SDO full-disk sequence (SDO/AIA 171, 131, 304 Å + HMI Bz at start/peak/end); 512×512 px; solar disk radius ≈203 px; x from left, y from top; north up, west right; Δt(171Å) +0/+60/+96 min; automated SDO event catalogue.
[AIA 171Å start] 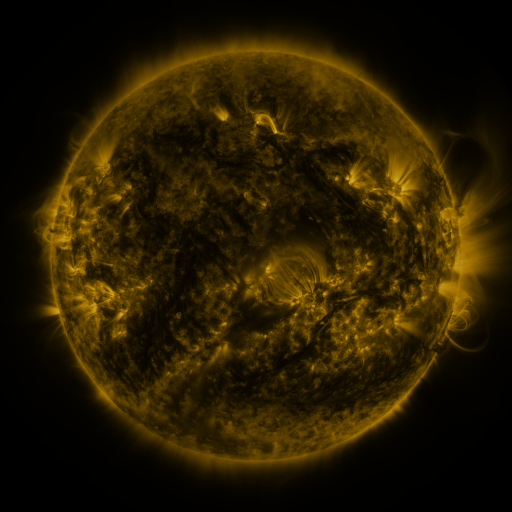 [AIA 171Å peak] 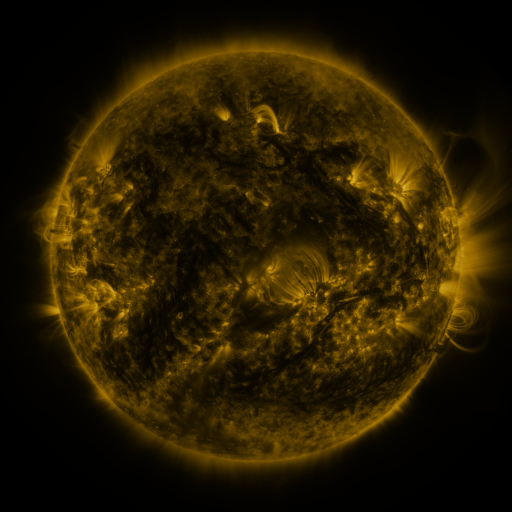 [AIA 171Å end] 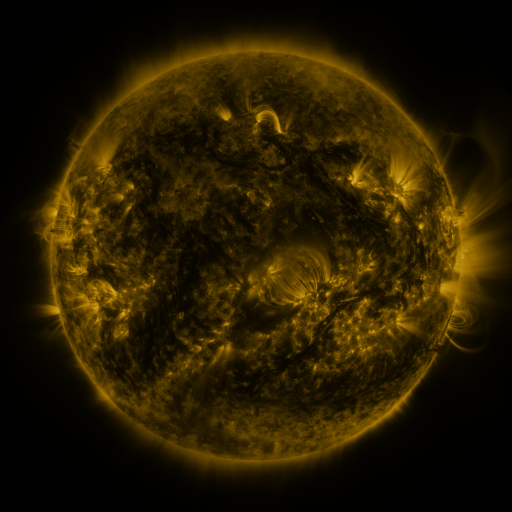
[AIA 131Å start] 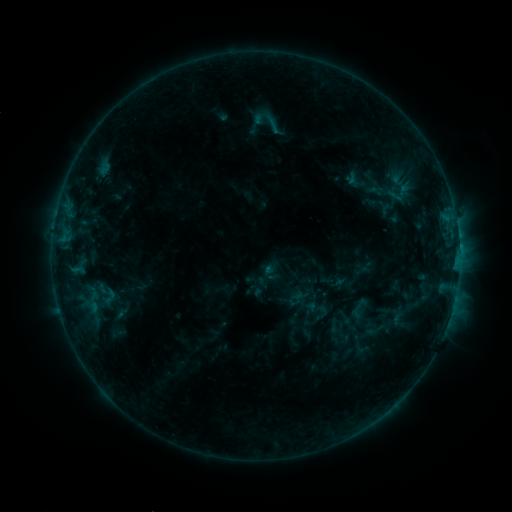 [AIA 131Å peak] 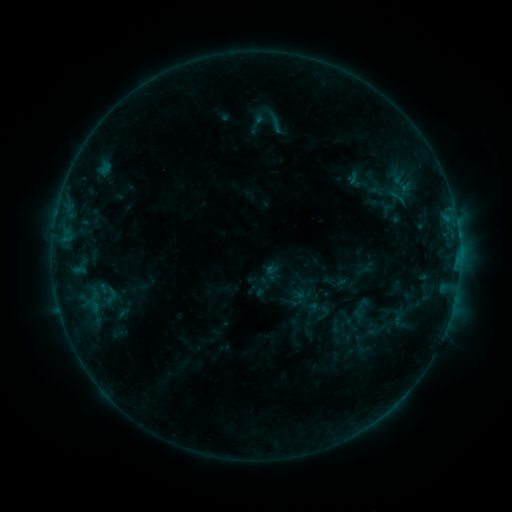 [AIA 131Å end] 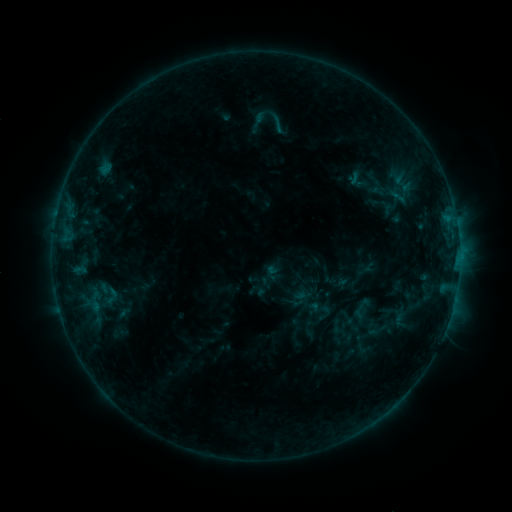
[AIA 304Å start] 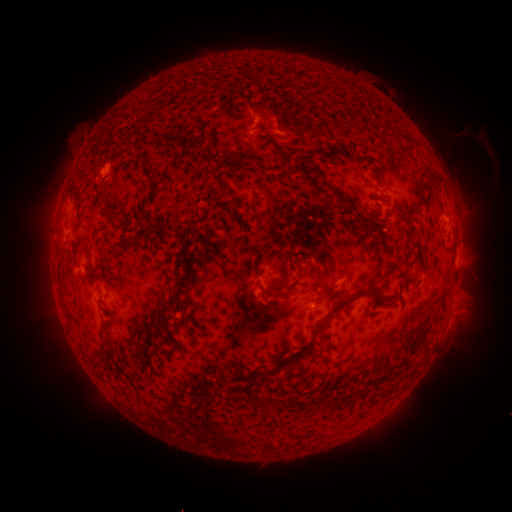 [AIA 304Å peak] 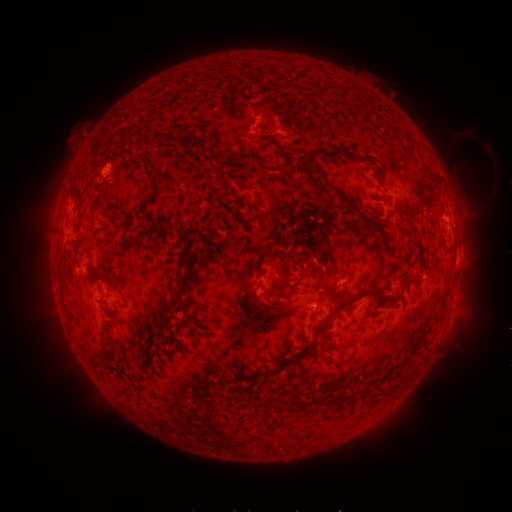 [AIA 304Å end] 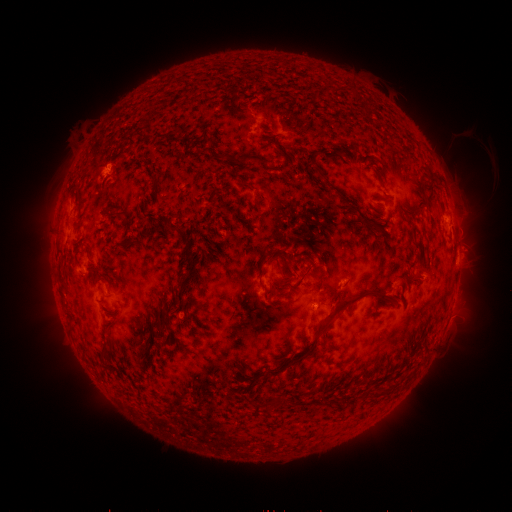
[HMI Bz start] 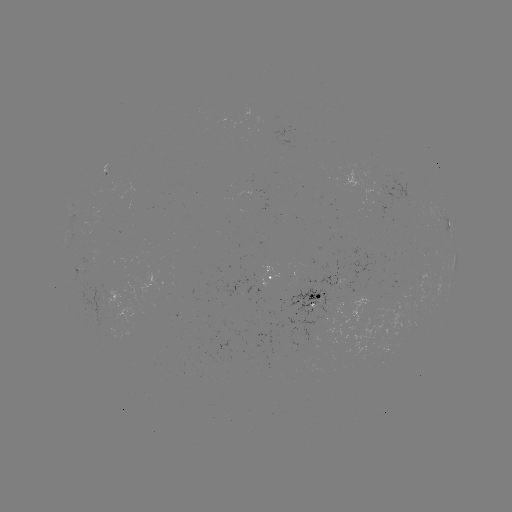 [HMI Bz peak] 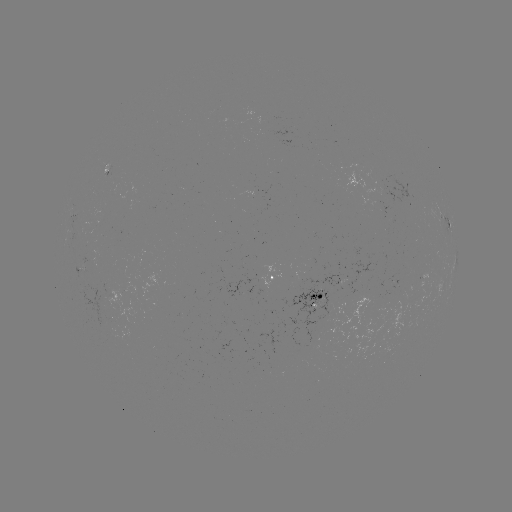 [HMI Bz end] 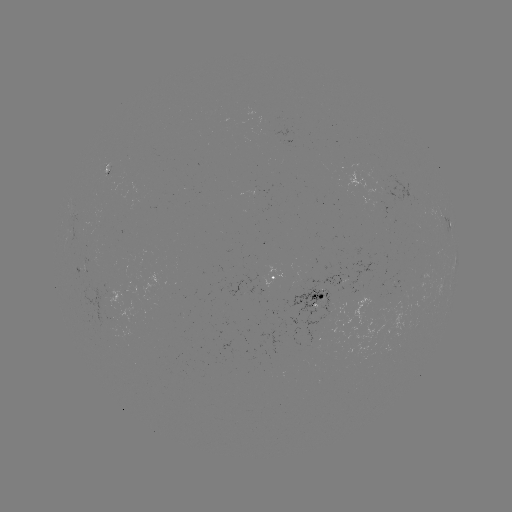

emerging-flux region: [340, 260, 376, 293]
